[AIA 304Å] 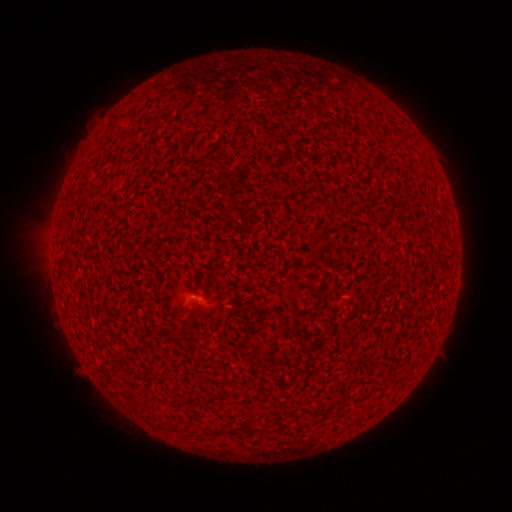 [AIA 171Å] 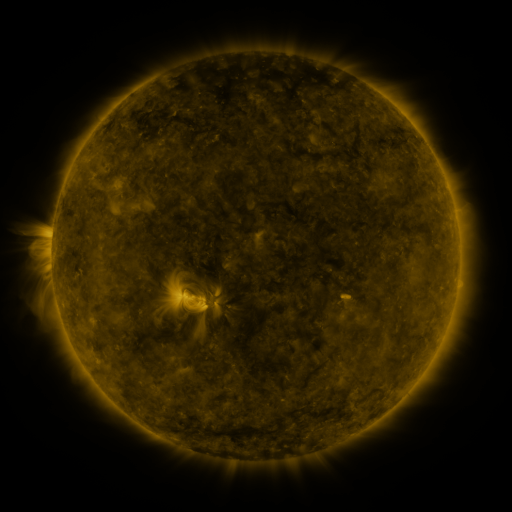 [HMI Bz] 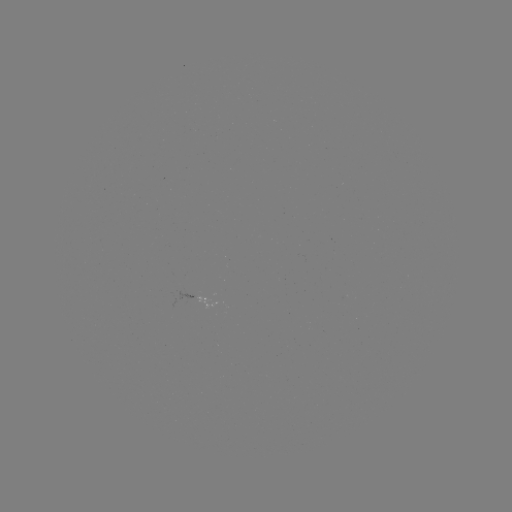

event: spotted active region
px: (207, 304)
